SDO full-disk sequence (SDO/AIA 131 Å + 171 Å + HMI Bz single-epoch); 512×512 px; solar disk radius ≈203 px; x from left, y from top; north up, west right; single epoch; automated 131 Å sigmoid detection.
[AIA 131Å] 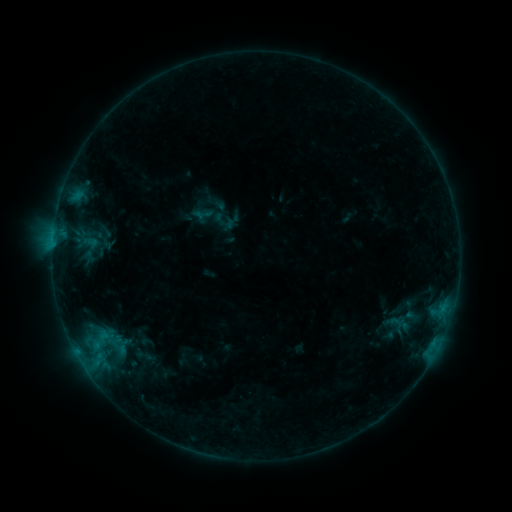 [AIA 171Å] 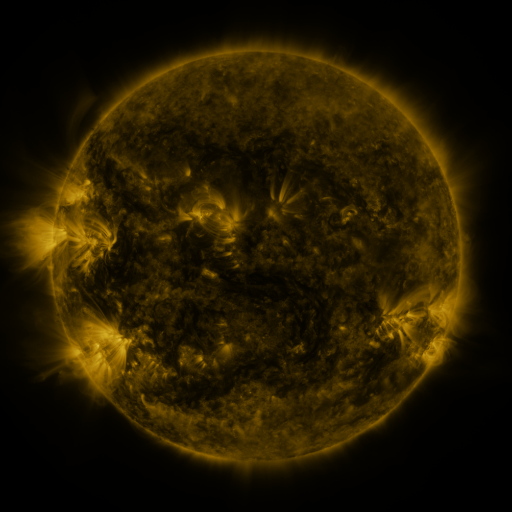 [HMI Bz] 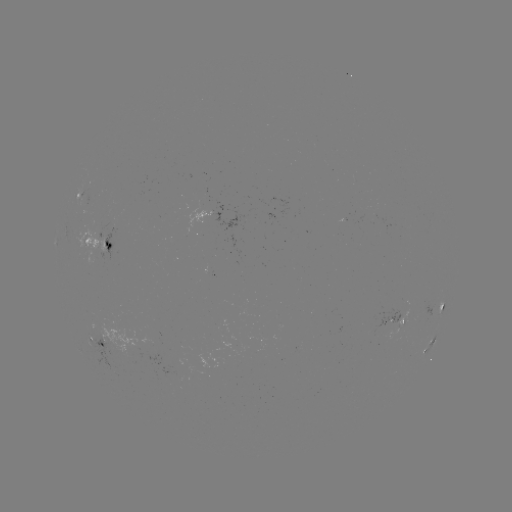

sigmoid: <bbox>193, 203, 213, 224</bbox>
